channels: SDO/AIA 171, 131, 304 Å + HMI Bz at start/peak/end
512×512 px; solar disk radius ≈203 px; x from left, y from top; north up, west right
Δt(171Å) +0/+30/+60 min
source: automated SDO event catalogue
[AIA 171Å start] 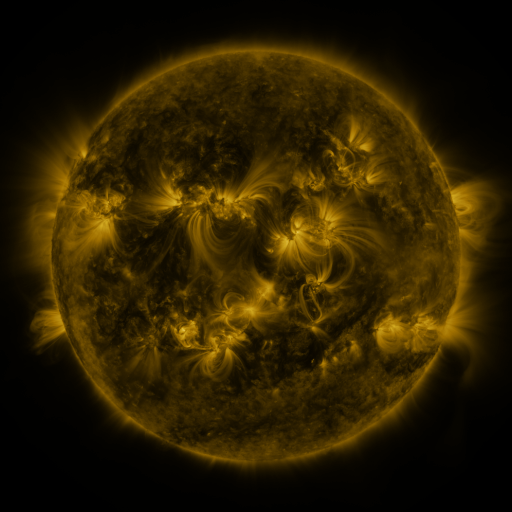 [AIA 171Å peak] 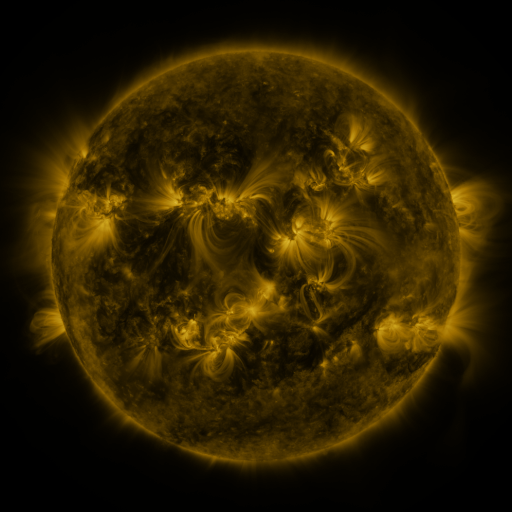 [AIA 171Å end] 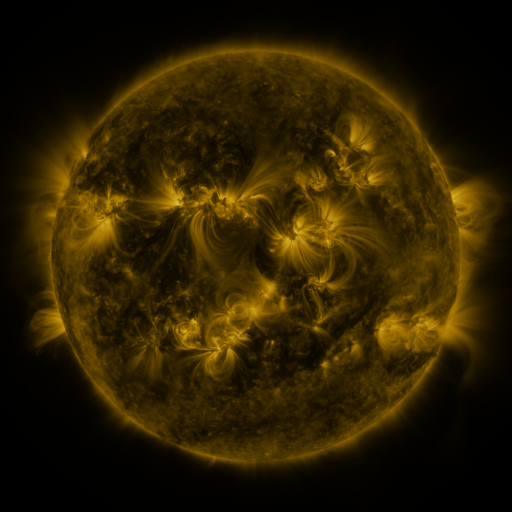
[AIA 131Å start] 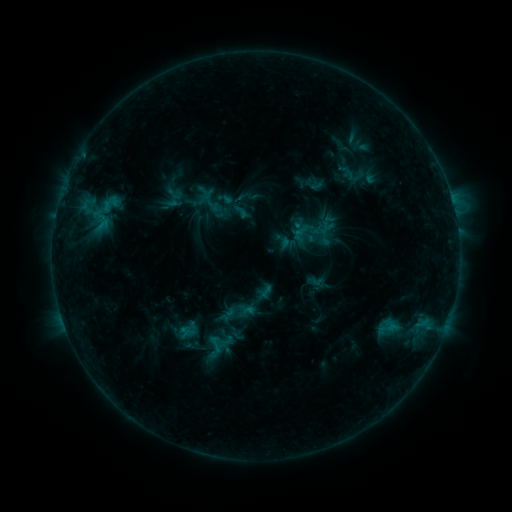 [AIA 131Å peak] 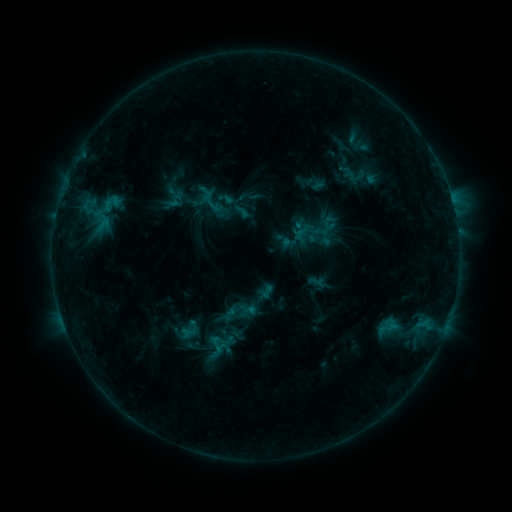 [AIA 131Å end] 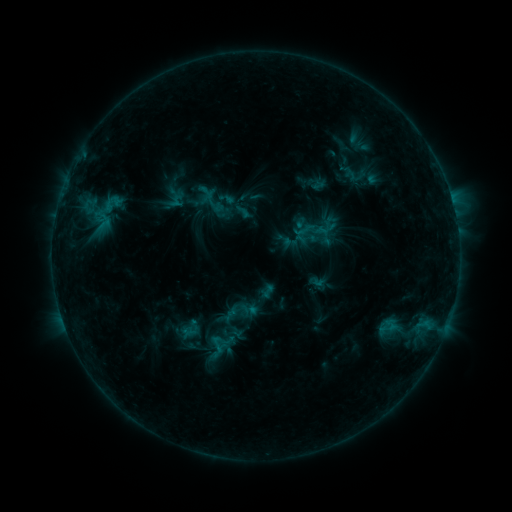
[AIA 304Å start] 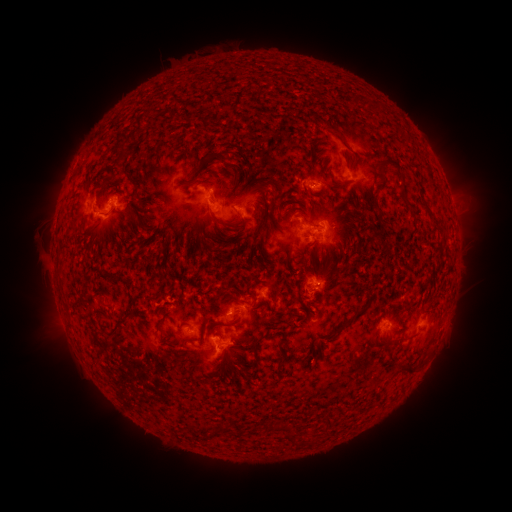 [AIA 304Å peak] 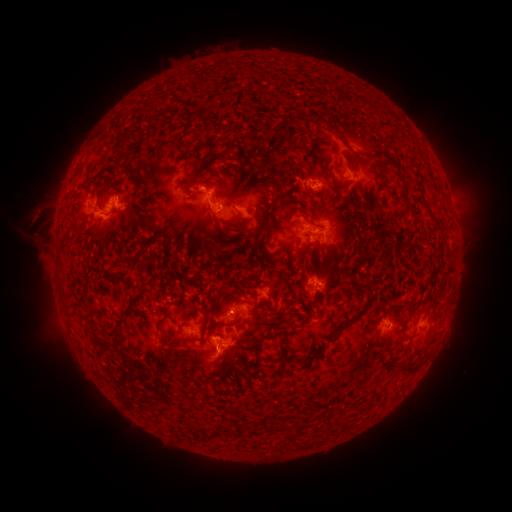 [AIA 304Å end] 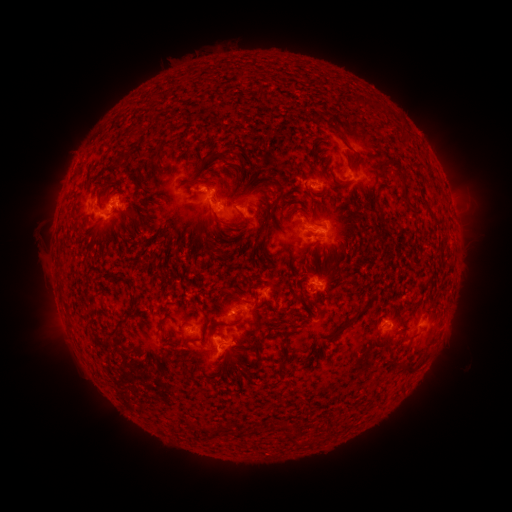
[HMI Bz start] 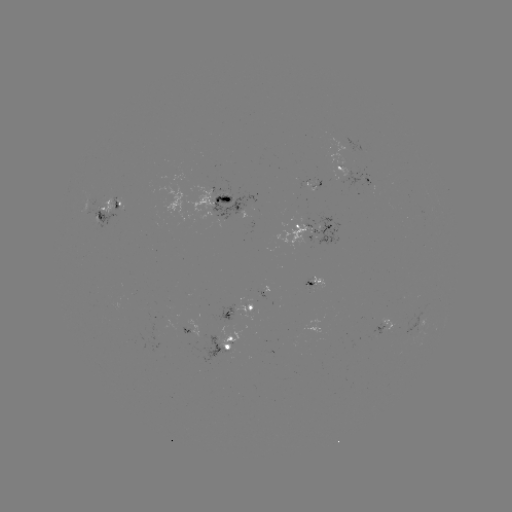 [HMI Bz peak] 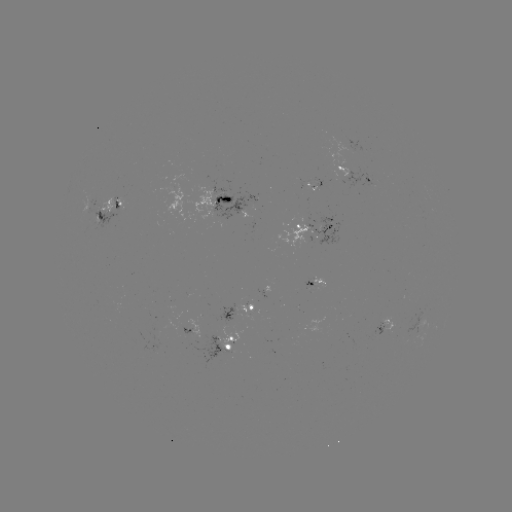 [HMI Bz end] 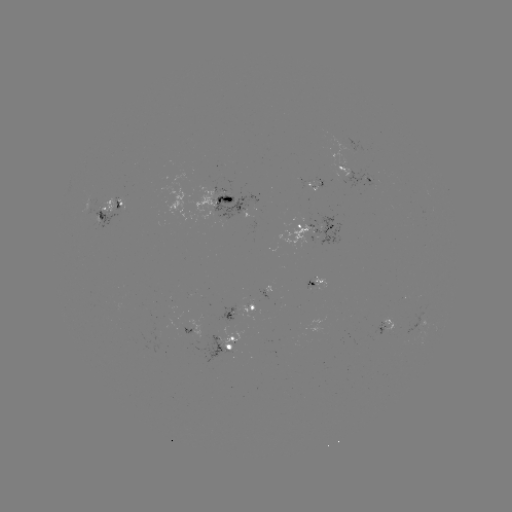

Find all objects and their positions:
filament eruption: (45, 218)
